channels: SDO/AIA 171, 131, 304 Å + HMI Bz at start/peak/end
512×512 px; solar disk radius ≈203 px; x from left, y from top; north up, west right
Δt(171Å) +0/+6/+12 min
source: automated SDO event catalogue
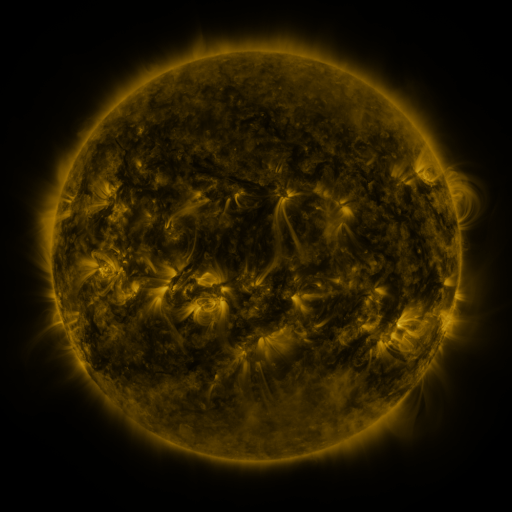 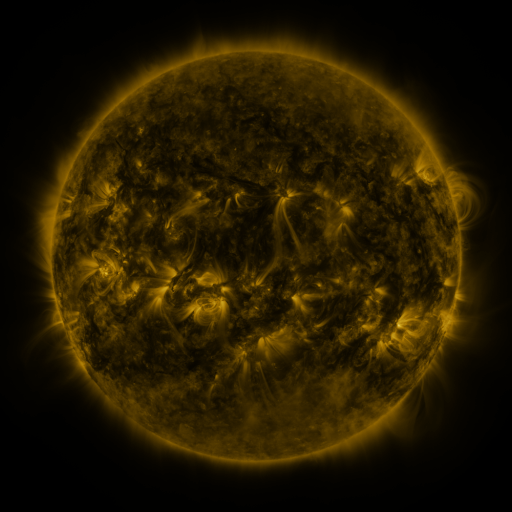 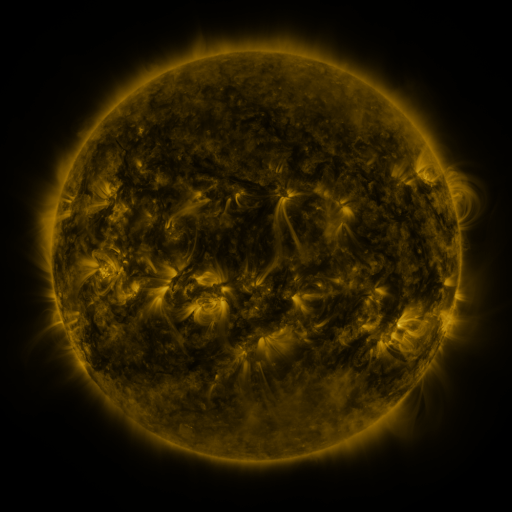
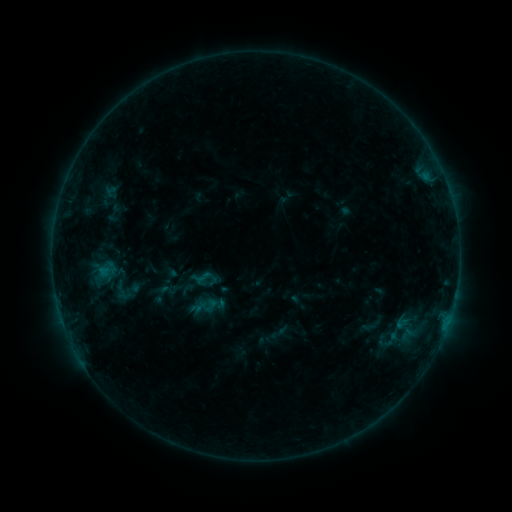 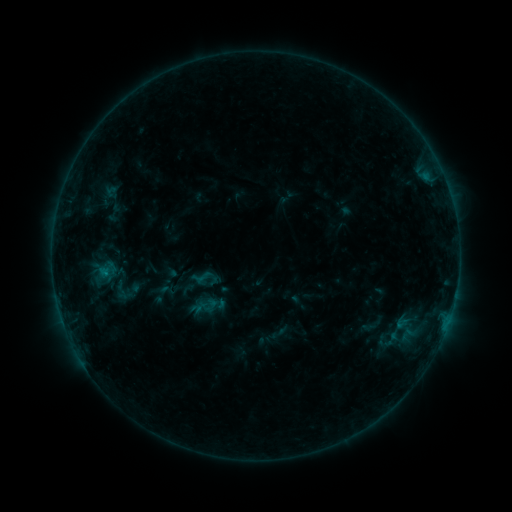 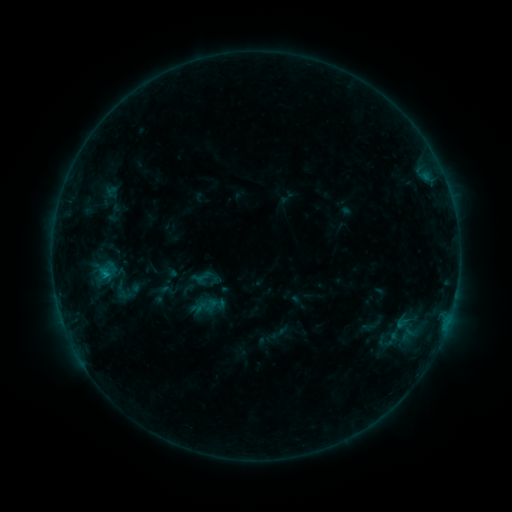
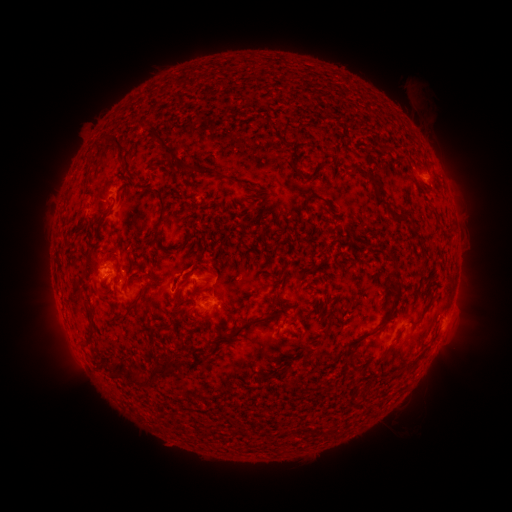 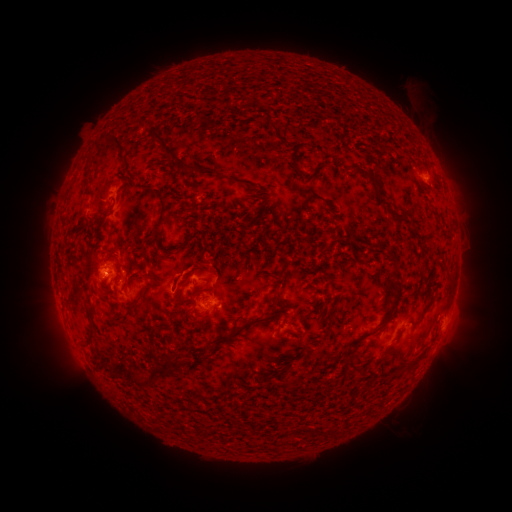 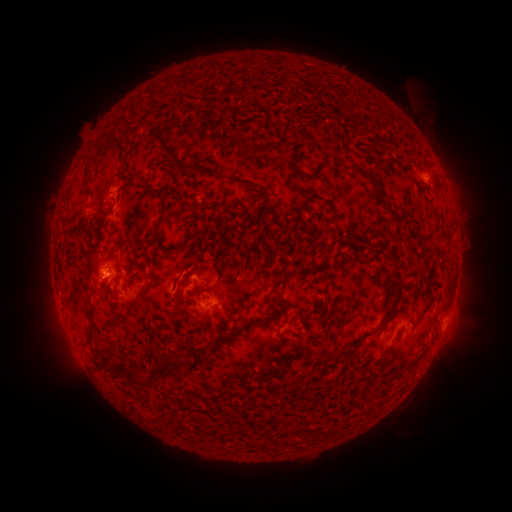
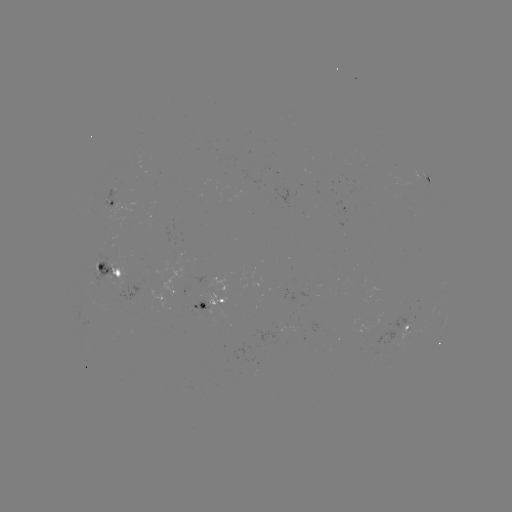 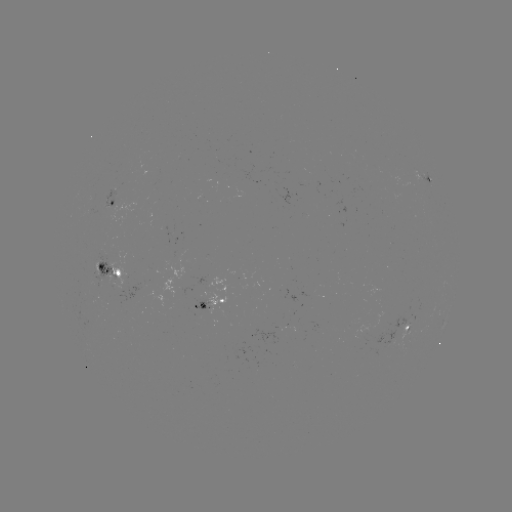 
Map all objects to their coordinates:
B8.0 flare: (105, 270)
